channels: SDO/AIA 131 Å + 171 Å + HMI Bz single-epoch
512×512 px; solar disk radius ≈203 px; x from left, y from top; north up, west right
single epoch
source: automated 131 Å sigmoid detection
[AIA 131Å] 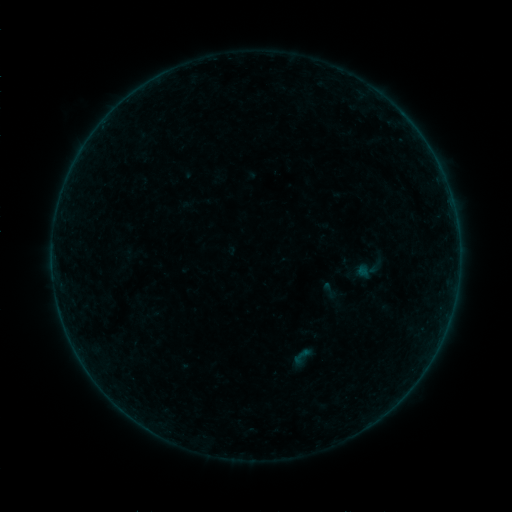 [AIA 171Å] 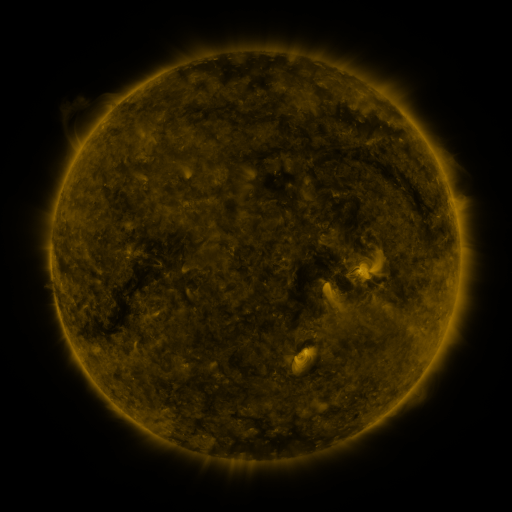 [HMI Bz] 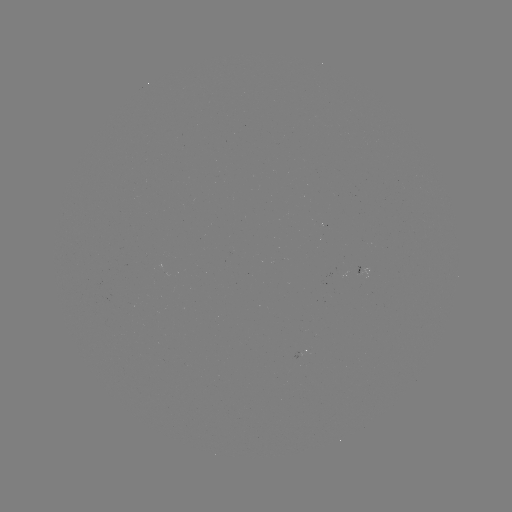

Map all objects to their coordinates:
sigmoid: <bbox>320, 281, 340, 302</bbox>
sigmoid: <bbox>292, 344, 314, 367</bbox>
